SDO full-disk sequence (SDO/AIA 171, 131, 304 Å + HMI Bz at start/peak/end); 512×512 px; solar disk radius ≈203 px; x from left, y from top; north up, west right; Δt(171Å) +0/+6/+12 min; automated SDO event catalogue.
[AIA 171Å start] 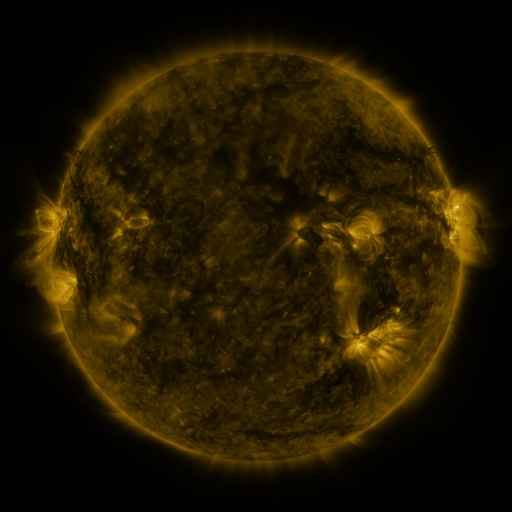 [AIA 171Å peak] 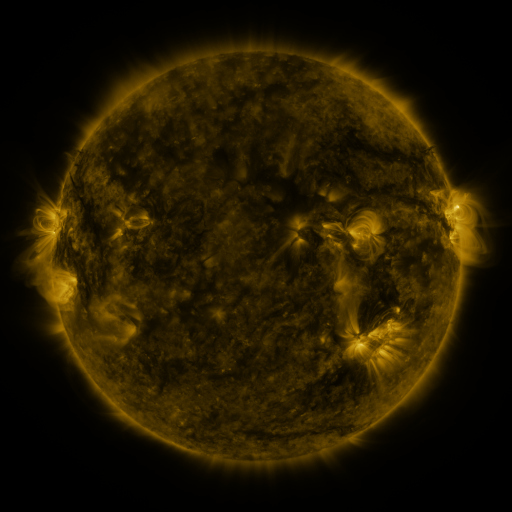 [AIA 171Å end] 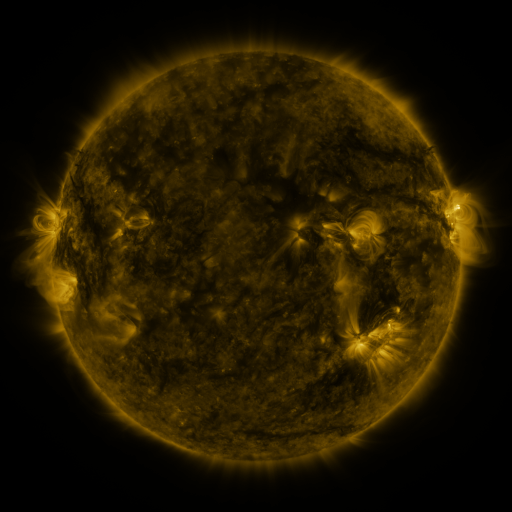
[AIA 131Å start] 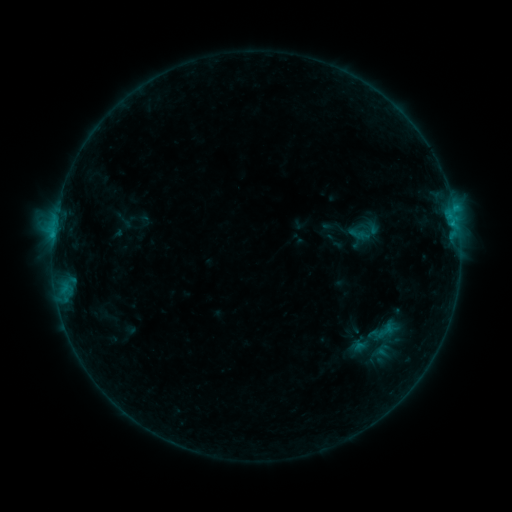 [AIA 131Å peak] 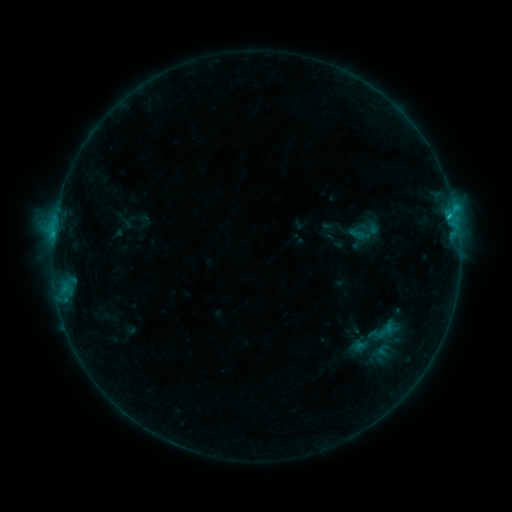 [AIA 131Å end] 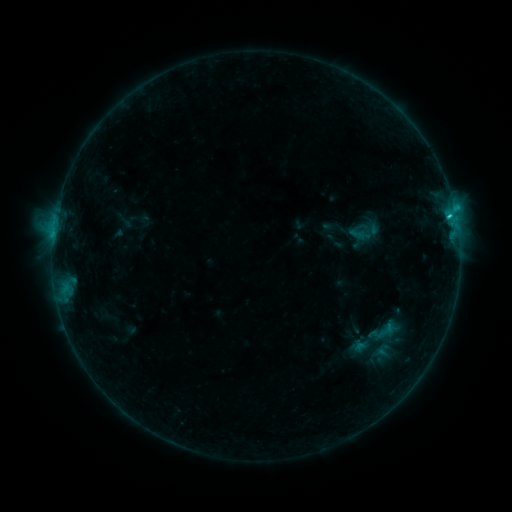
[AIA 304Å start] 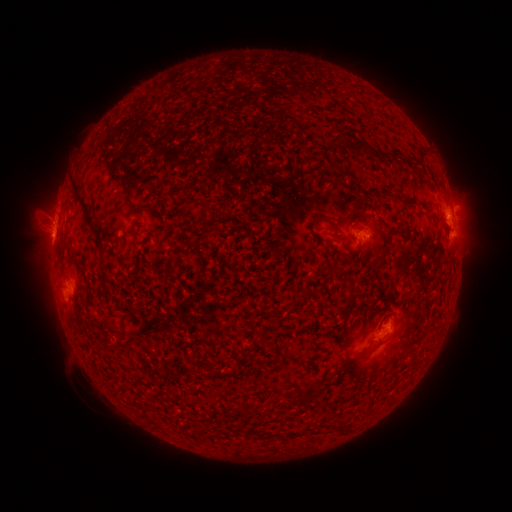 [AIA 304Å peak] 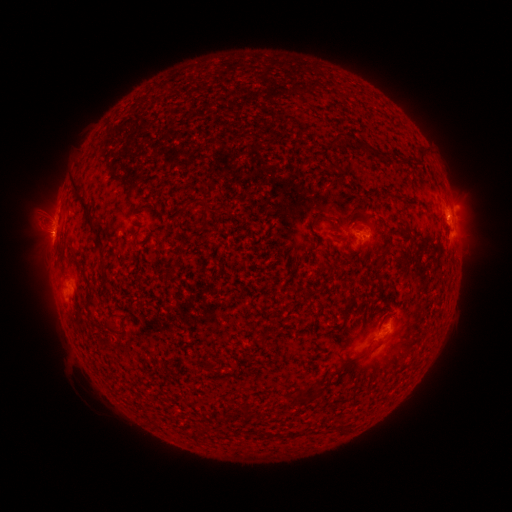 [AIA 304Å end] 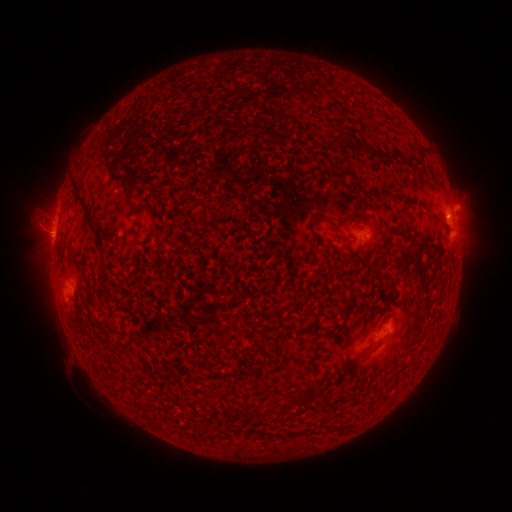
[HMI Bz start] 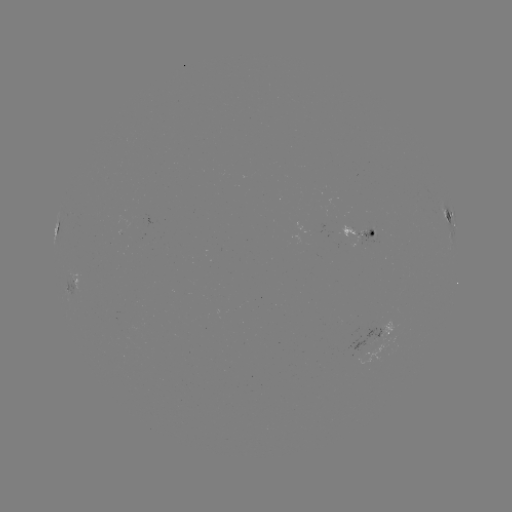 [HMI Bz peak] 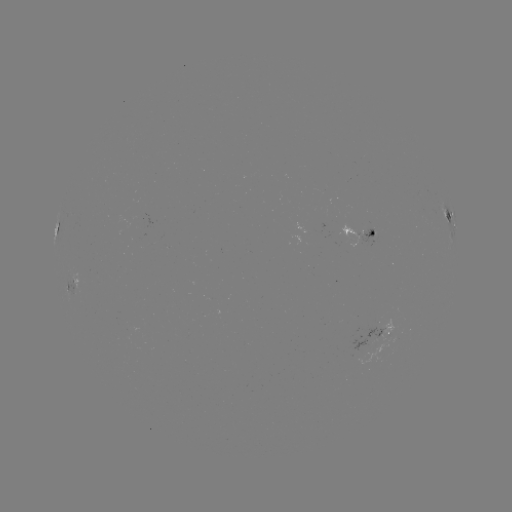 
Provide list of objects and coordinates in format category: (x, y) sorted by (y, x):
C1.5 flare: (433, 232)
